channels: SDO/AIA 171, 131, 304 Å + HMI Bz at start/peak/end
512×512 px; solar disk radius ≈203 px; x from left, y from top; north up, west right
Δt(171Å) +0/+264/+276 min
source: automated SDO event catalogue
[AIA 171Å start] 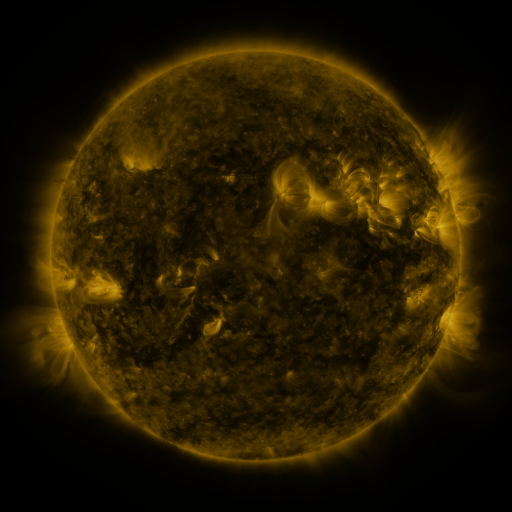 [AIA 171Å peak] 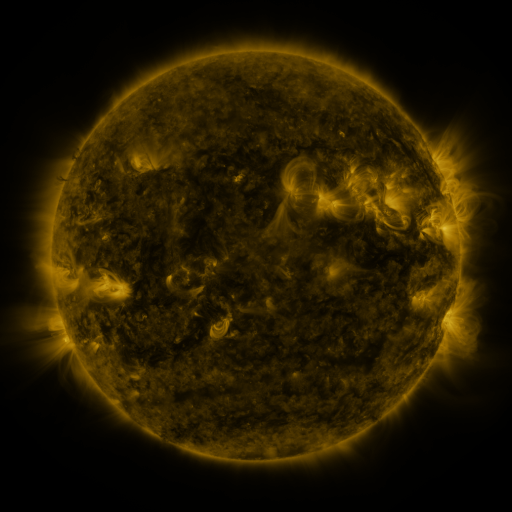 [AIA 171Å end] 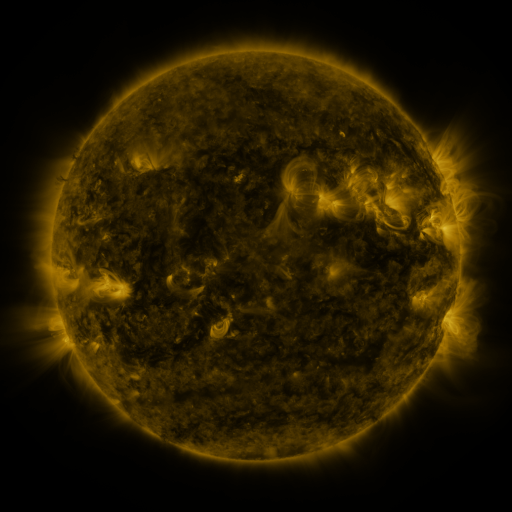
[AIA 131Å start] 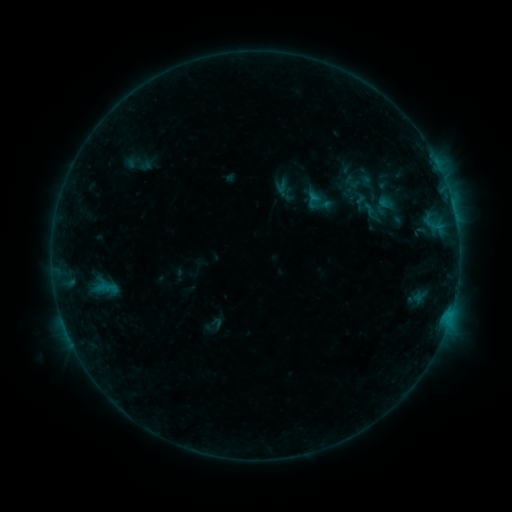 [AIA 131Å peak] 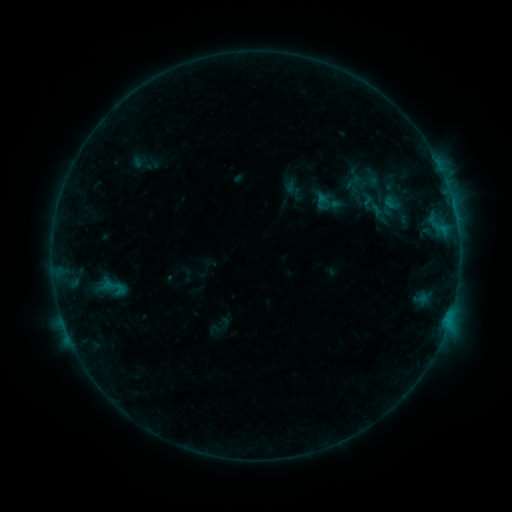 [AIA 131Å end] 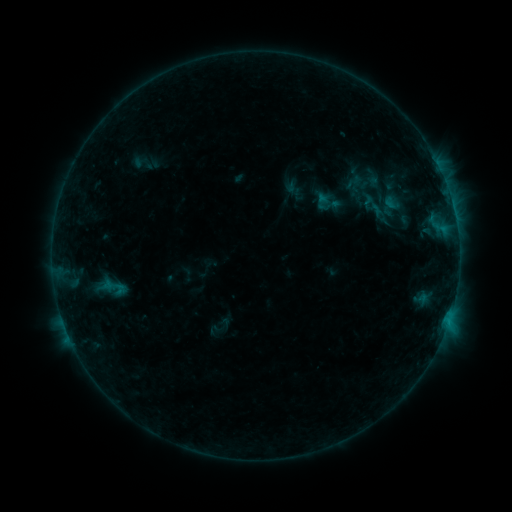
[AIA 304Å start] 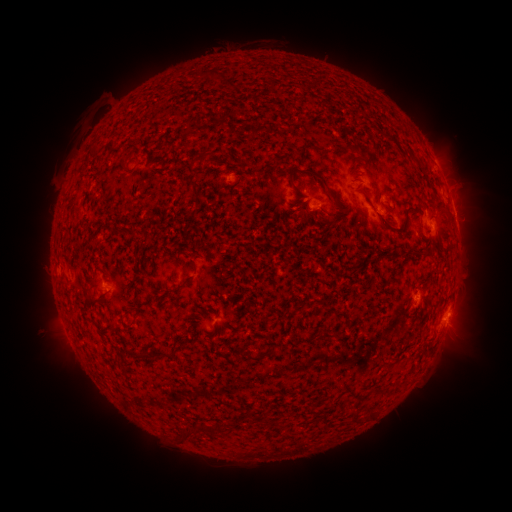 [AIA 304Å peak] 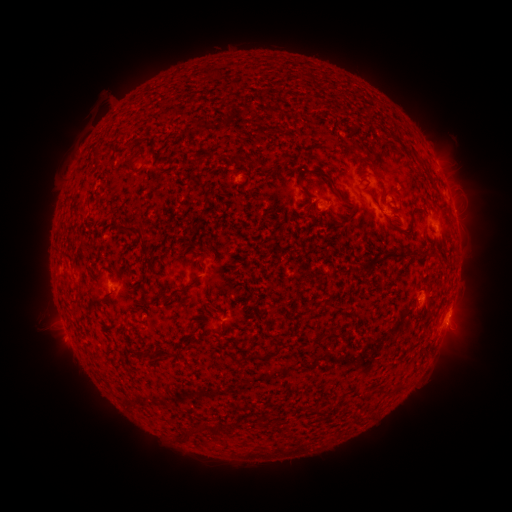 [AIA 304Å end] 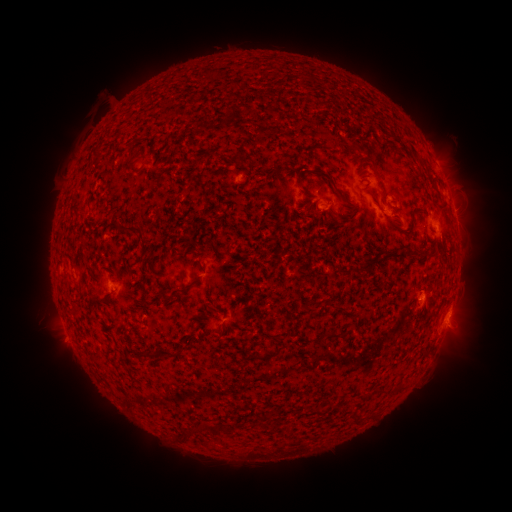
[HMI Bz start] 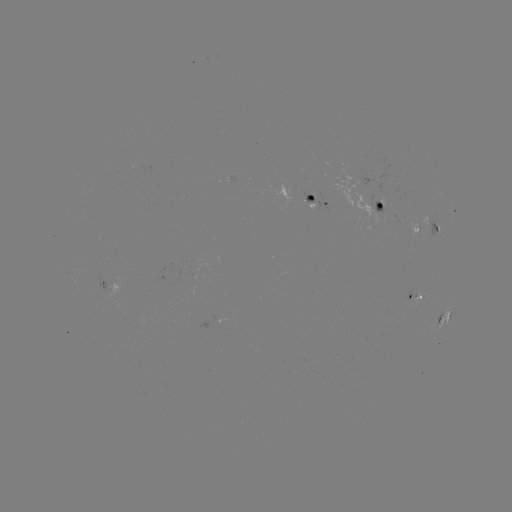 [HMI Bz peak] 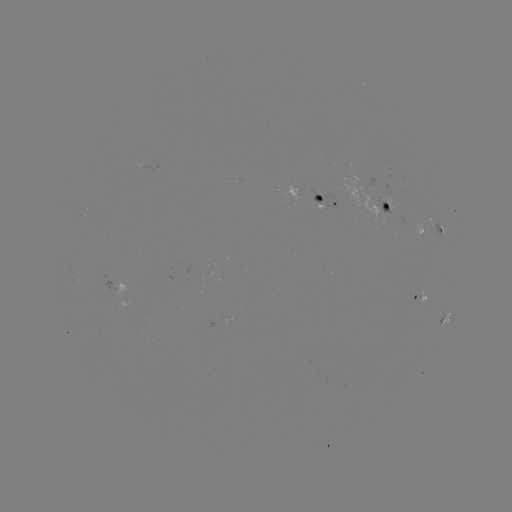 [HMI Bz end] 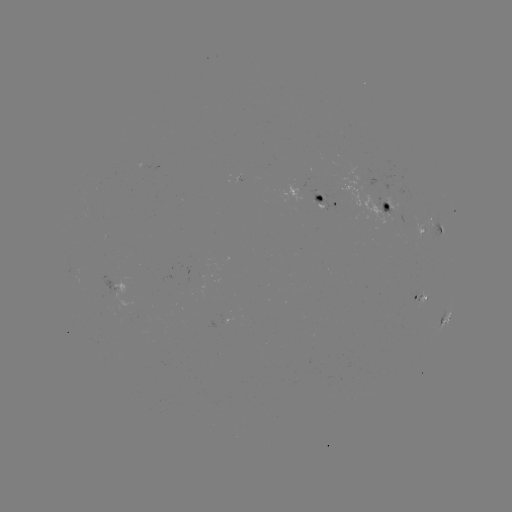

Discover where emerging-flux region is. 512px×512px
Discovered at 387,211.